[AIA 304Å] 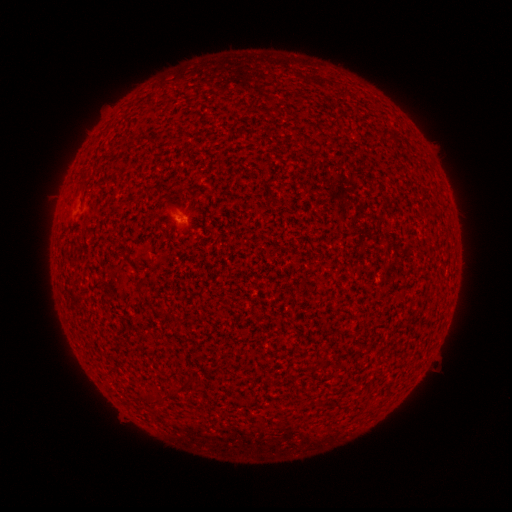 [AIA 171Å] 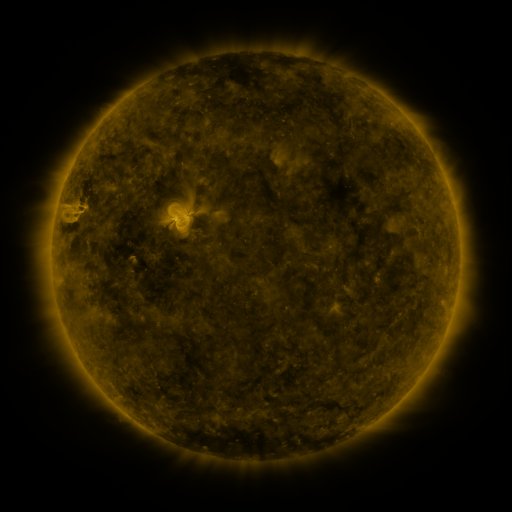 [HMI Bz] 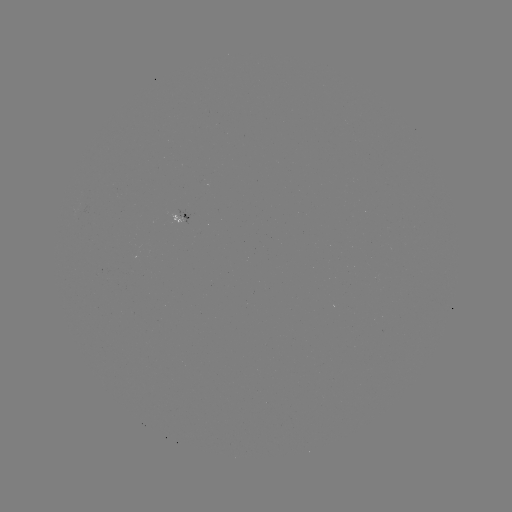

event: spotted active region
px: (179, 217)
